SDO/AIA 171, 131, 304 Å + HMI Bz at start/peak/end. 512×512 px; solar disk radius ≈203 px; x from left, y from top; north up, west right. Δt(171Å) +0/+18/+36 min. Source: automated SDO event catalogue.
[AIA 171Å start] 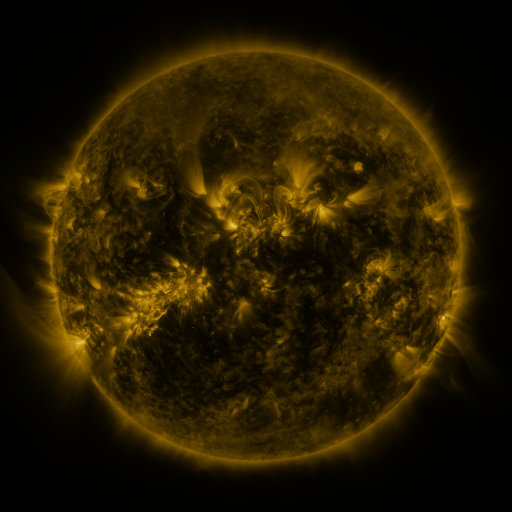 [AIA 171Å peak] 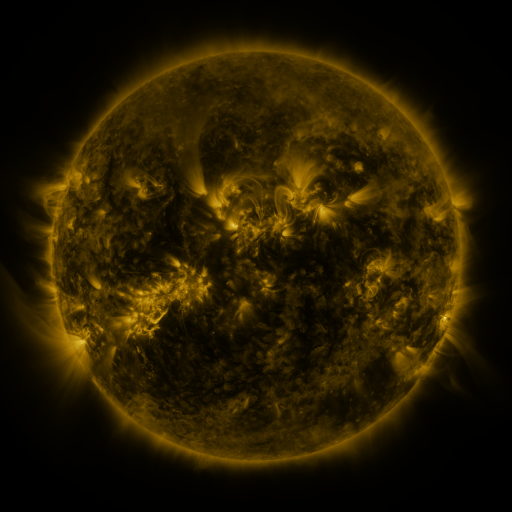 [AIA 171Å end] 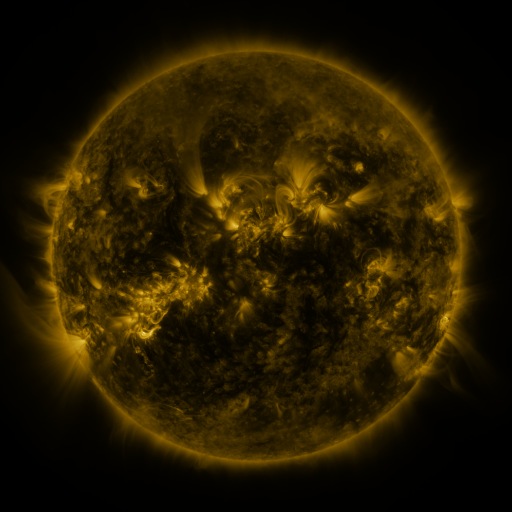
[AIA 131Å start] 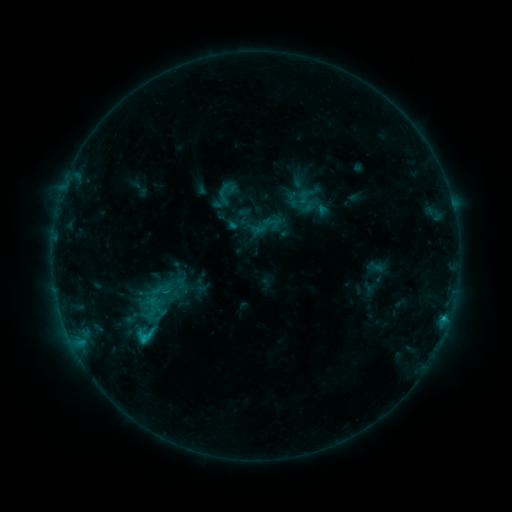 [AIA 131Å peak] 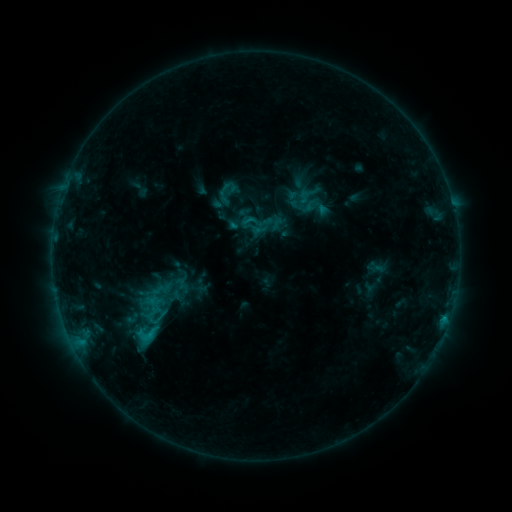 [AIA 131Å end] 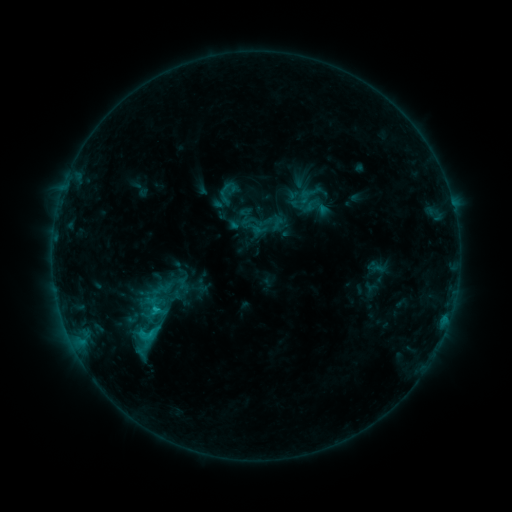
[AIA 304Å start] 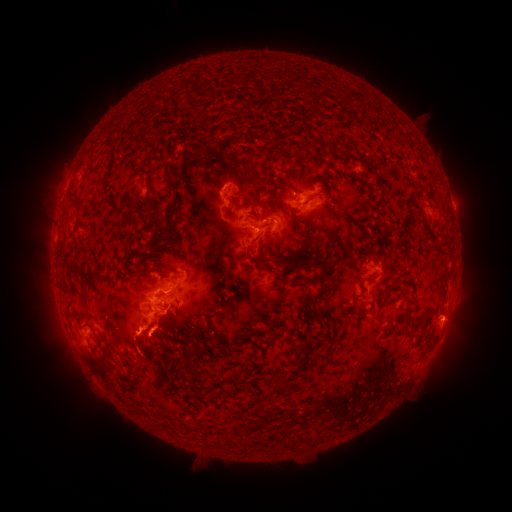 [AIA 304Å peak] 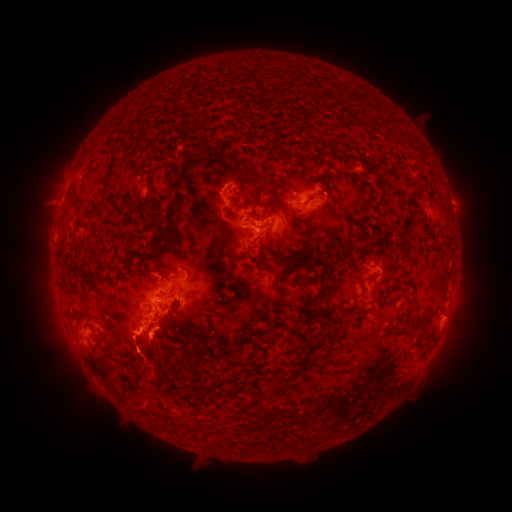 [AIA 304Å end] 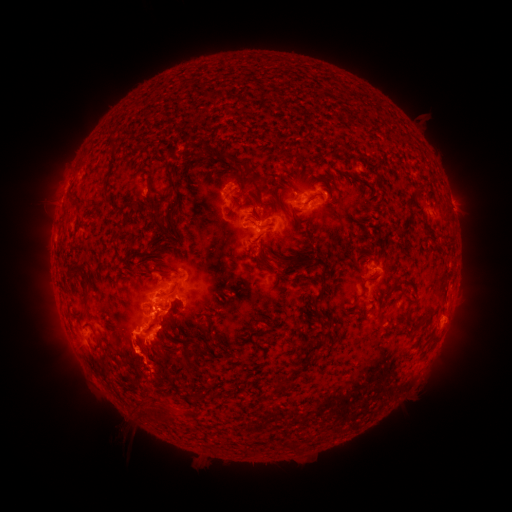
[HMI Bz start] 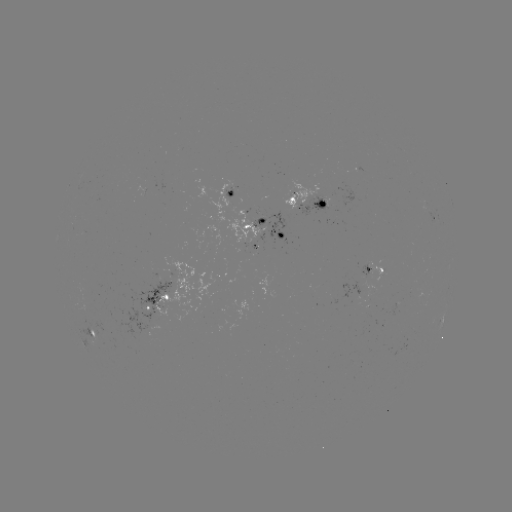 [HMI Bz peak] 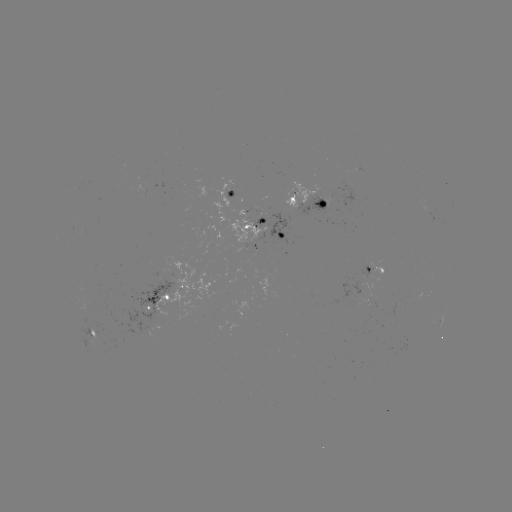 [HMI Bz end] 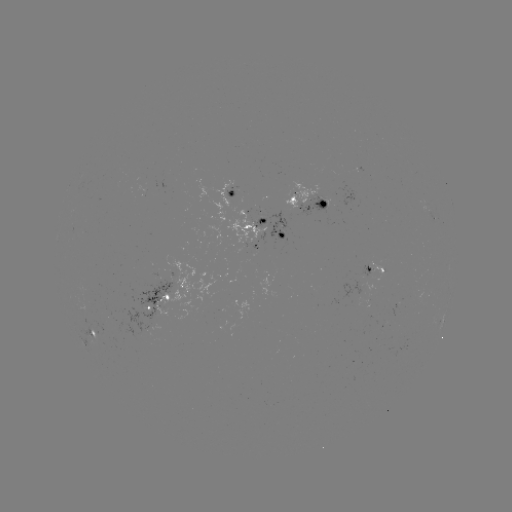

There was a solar eruption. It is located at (147, 405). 